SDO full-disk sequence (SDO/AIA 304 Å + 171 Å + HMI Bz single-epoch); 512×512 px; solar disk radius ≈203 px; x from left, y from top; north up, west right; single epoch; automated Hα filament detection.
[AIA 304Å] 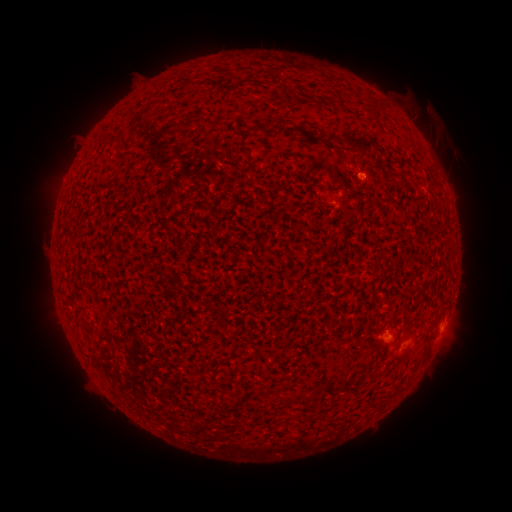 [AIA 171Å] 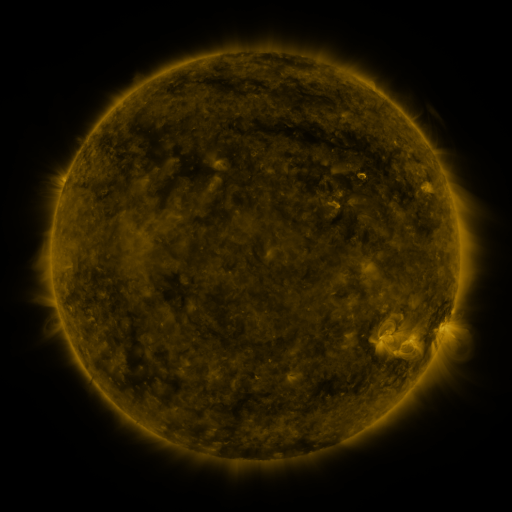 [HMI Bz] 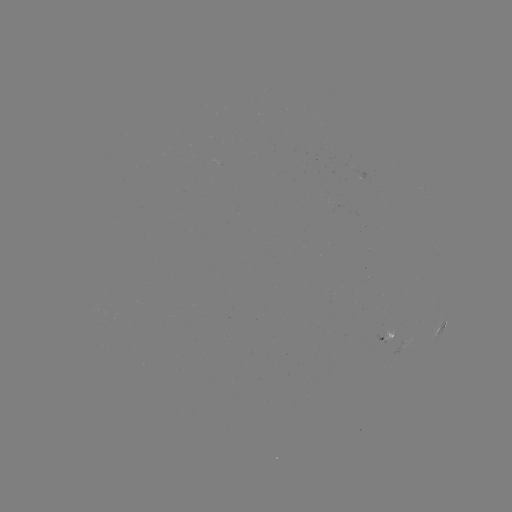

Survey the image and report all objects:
filament: (305, 134)
filament: (348, 144)
filament: (336, 200)
filament: (345, 384)
